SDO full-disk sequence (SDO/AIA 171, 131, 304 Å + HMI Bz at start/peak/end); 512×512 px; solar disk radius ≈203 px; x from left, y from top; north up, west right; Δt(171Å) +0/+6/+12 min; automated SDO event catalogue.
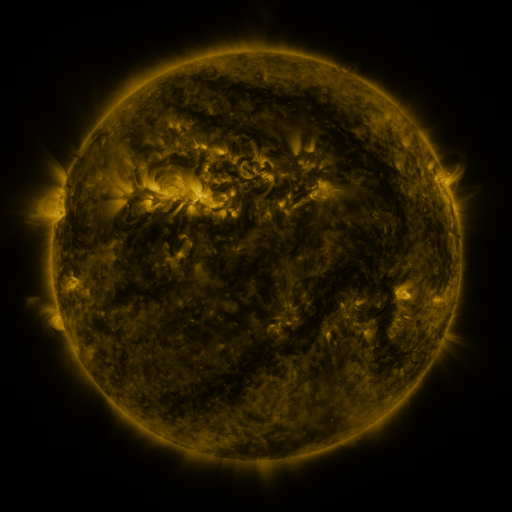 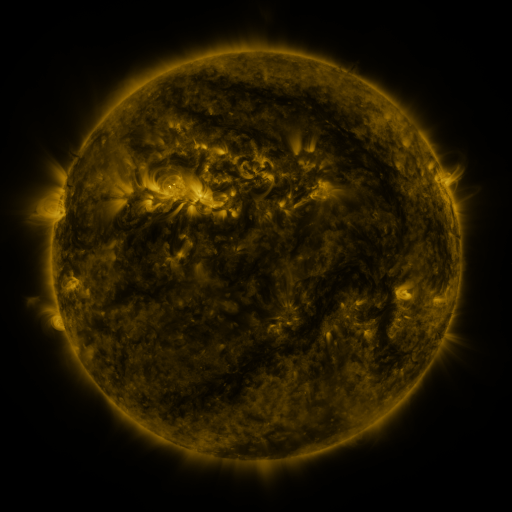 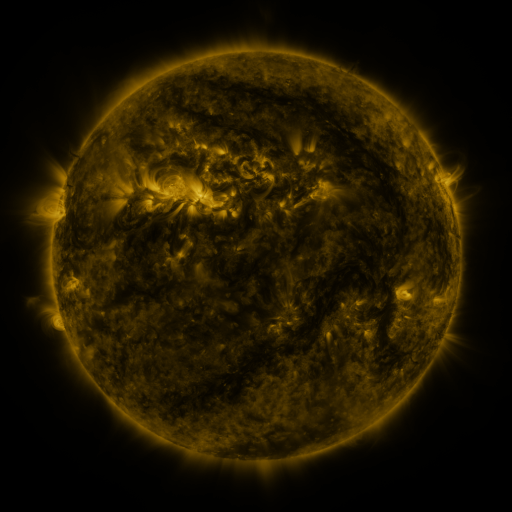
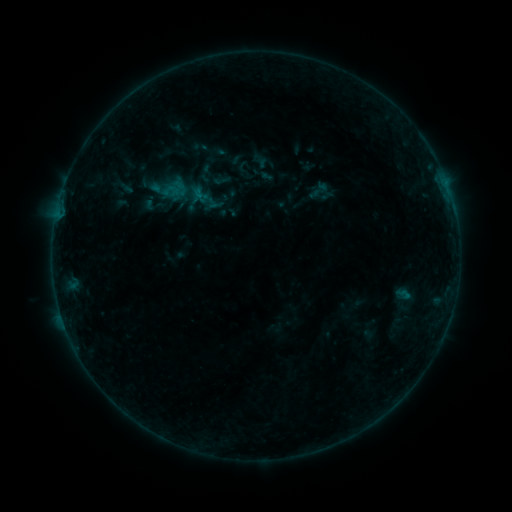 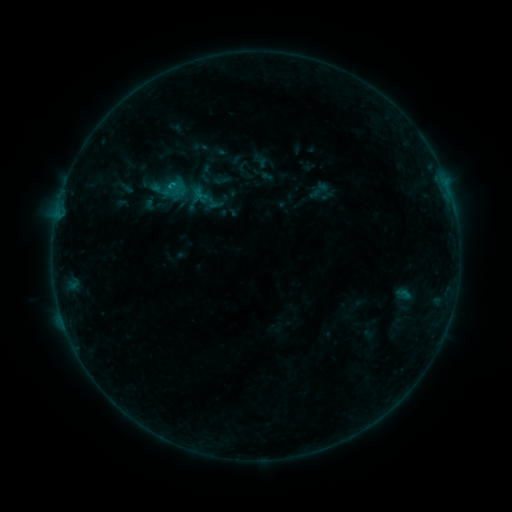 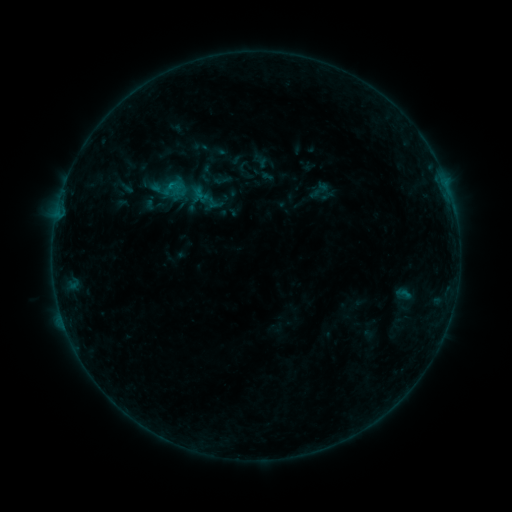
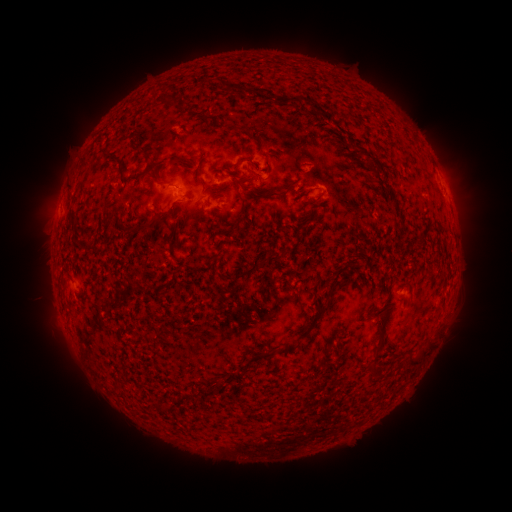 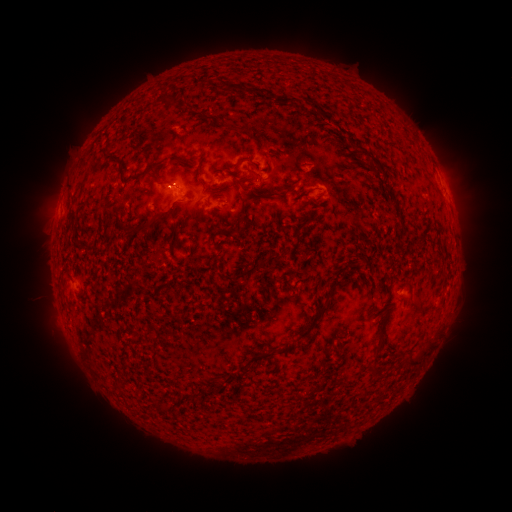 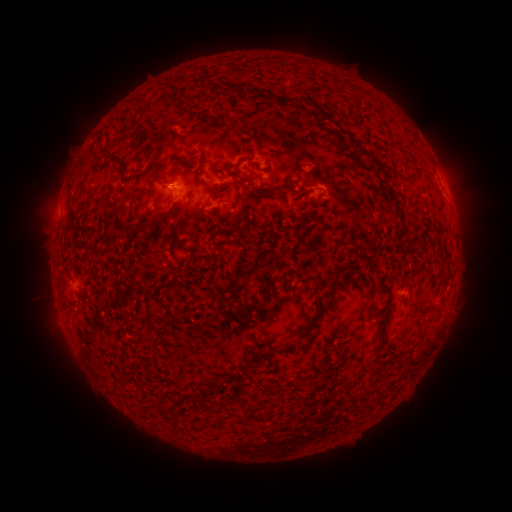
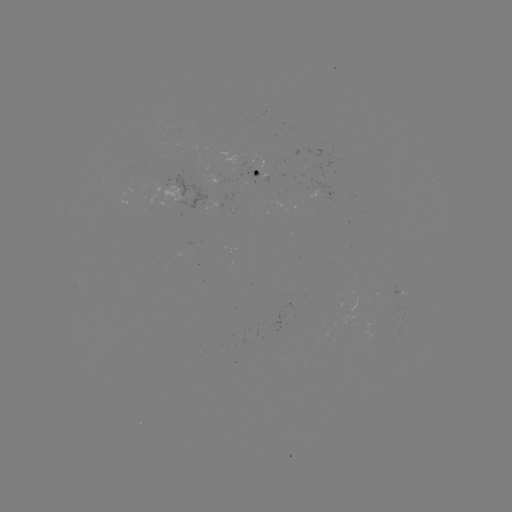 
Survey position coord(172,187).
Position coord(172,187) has B5.3 flare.